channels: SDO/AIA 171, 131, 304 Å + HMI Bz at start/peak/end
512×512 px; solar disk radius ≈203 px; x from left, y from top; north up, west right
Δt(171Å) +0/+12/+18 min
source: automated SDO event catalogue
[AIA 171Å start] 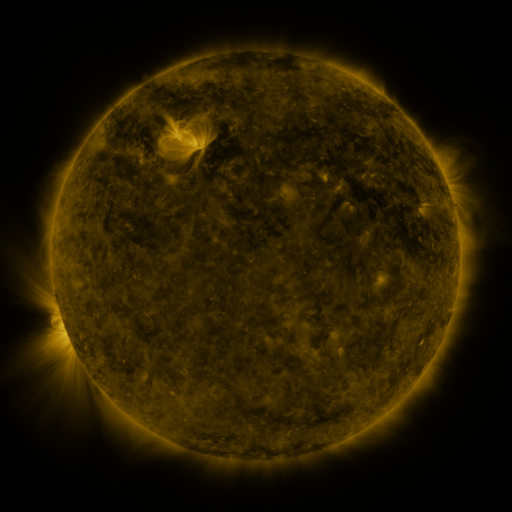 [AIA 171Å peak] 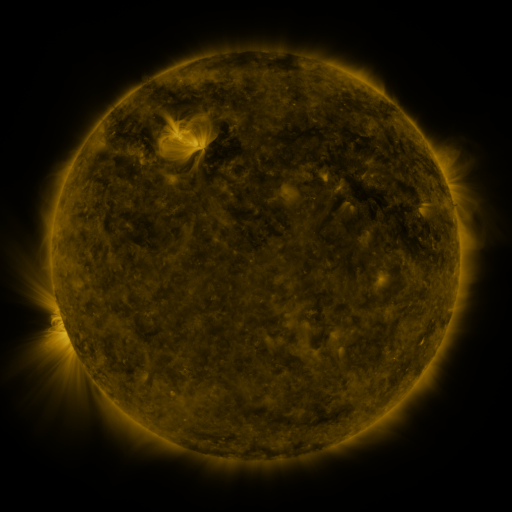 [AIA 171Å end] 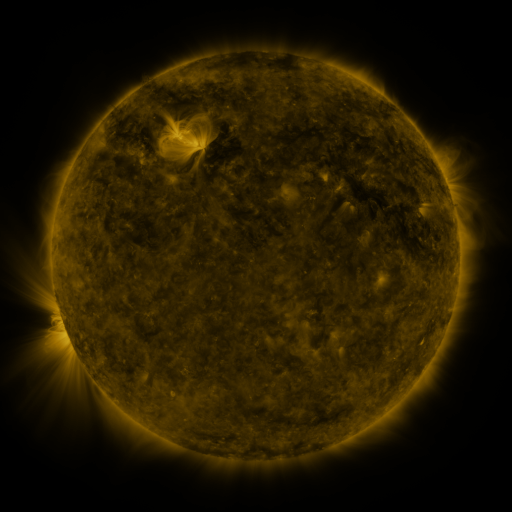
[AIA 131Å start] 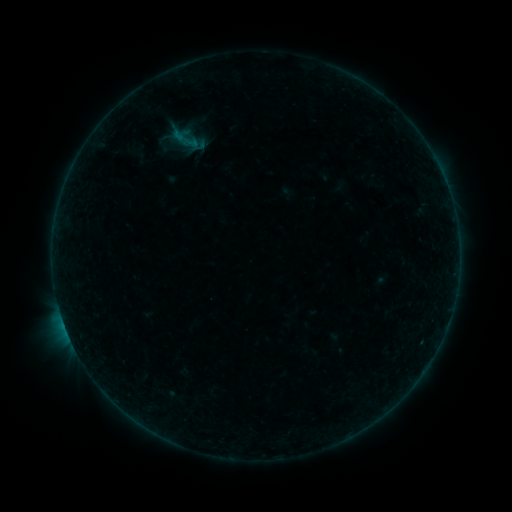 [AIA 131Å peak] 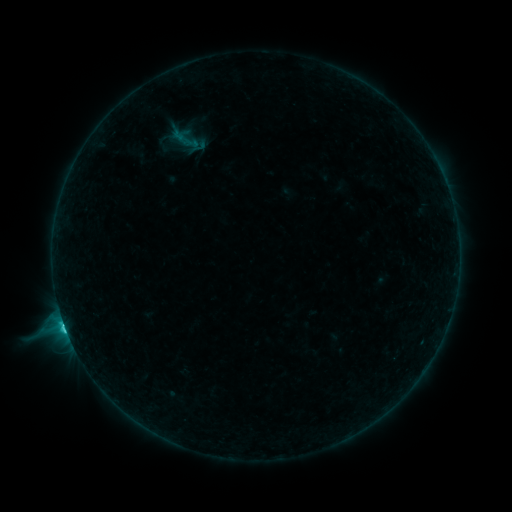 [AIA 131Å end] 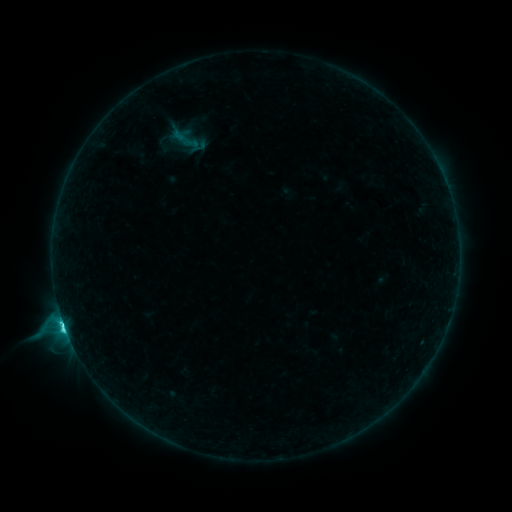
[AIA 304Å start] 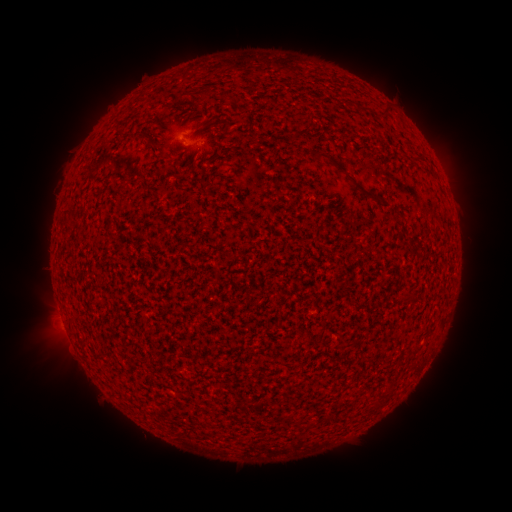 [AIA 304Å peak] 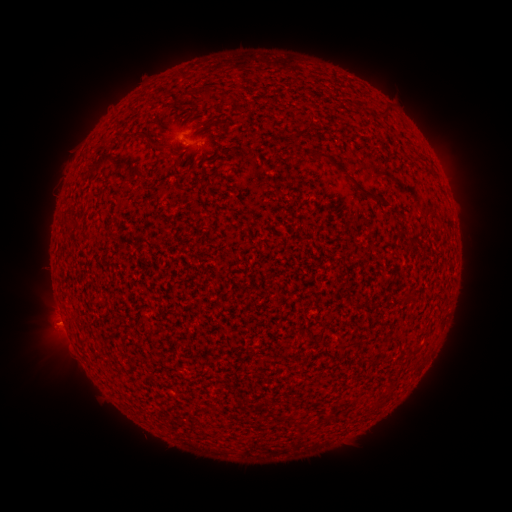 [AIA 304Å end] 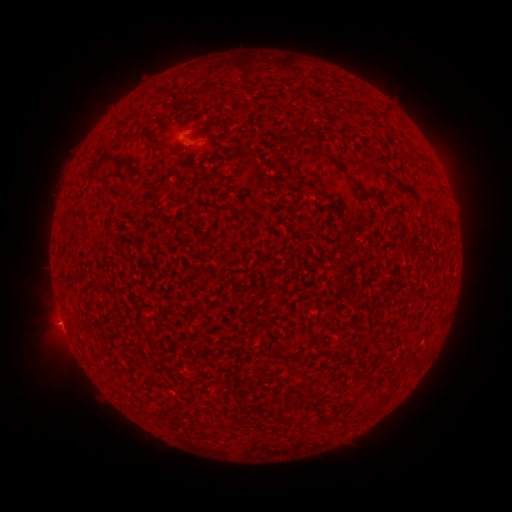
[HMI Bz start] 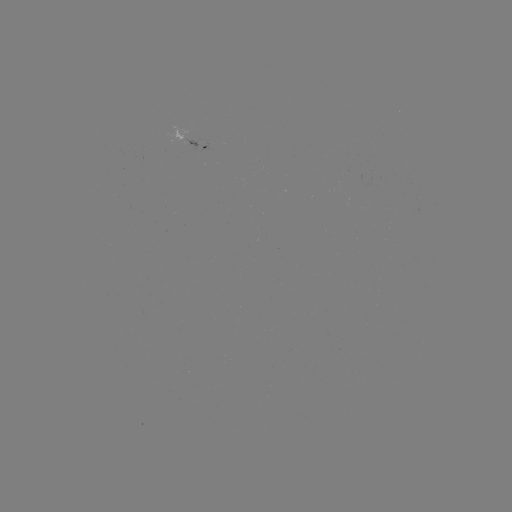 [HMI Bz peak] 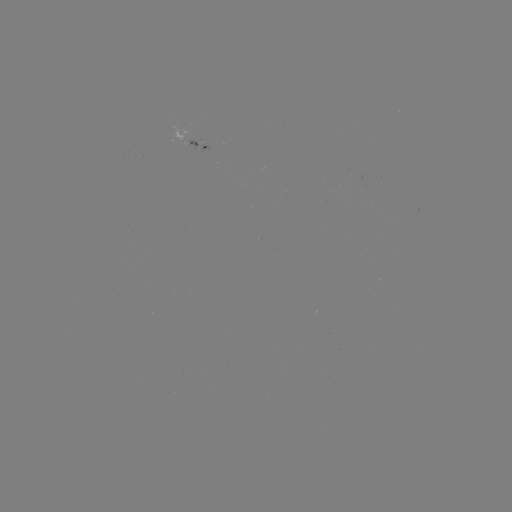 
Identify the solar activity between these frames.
C4.9 flare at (66, 329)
